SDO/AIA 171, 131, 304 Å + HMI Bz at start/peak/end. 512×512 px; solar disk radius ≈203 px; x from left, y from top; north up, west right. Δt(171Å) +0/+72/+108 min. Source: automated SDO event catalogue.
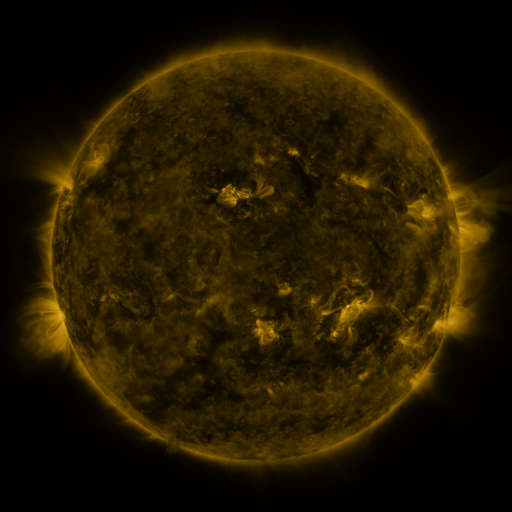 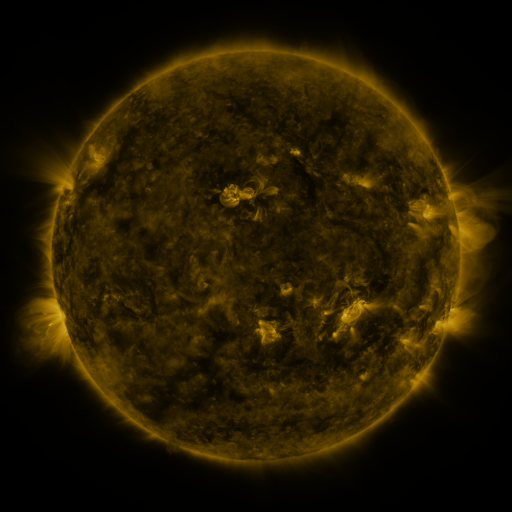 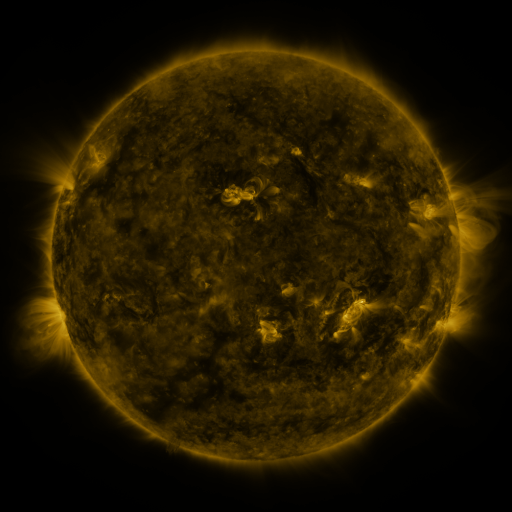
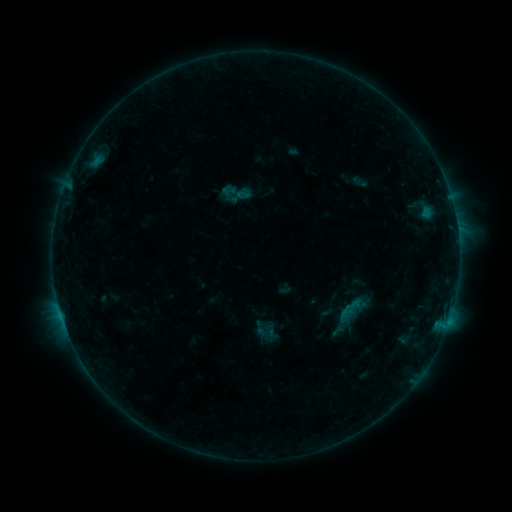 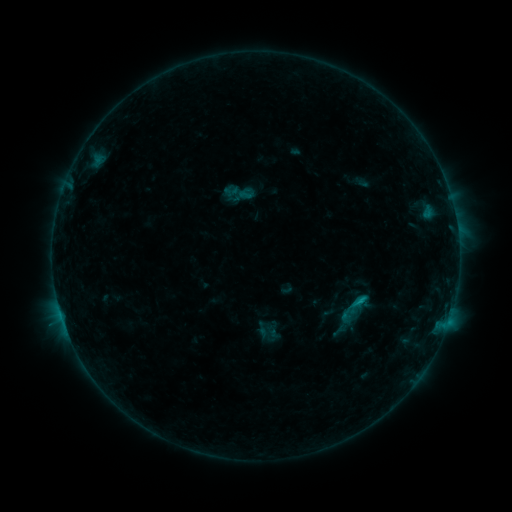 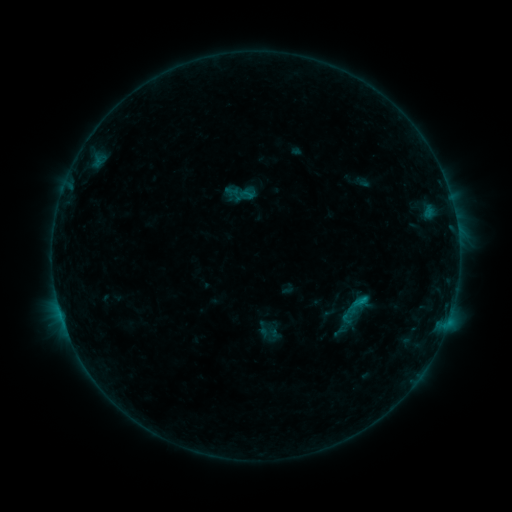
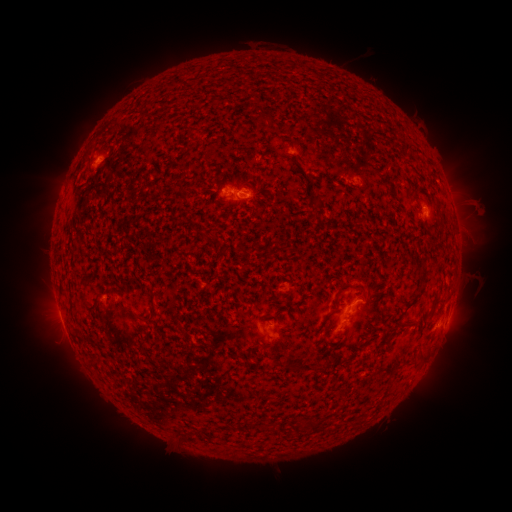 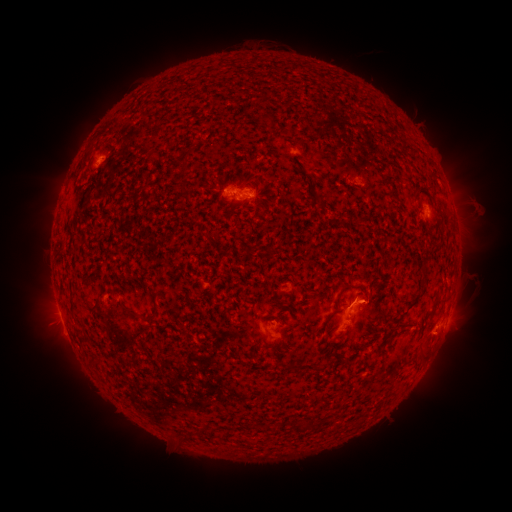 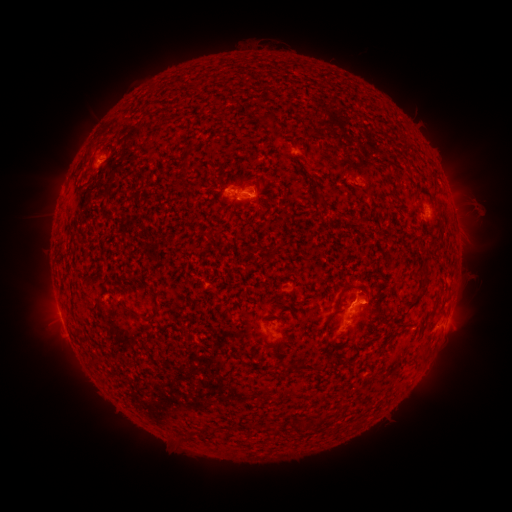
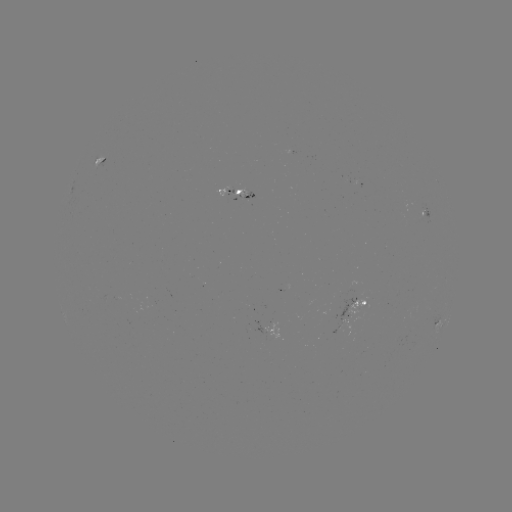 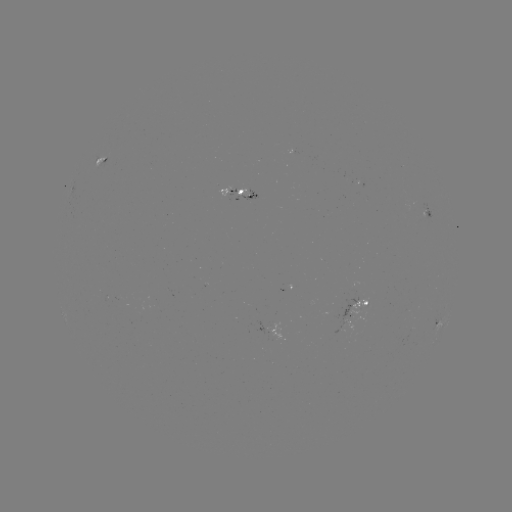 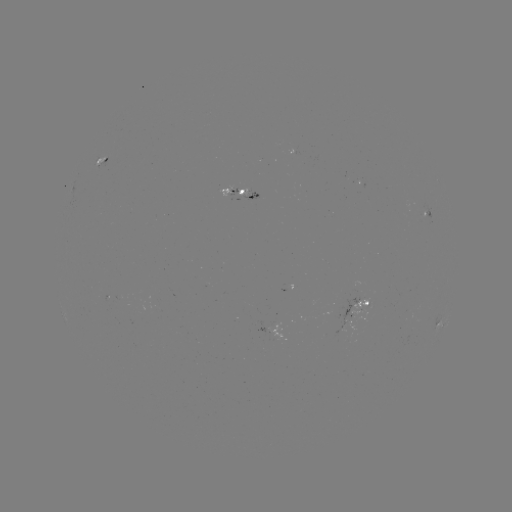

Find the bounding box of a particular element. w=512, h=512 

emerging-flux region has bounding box [331, 297, 364, 334].